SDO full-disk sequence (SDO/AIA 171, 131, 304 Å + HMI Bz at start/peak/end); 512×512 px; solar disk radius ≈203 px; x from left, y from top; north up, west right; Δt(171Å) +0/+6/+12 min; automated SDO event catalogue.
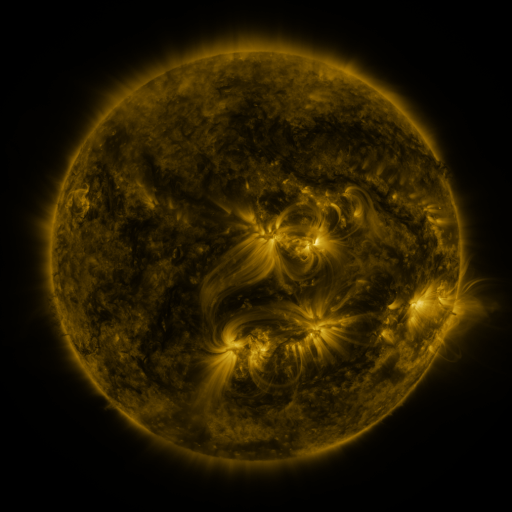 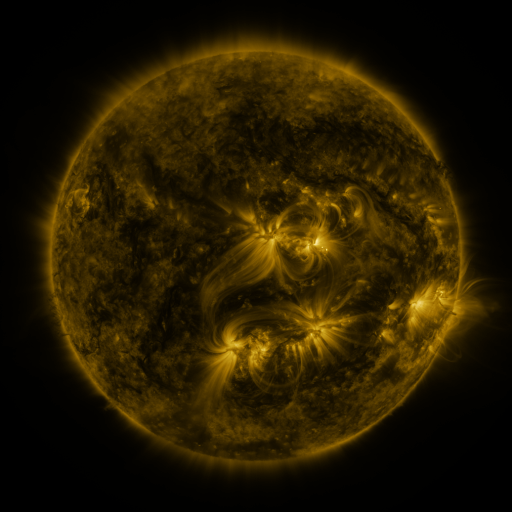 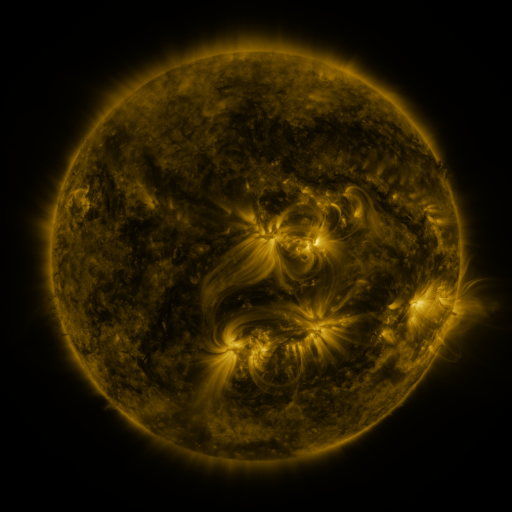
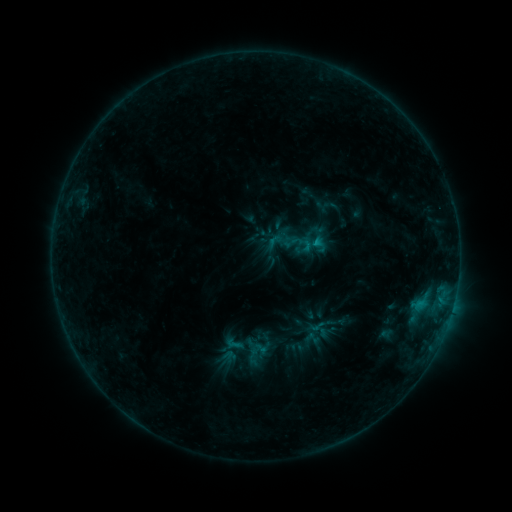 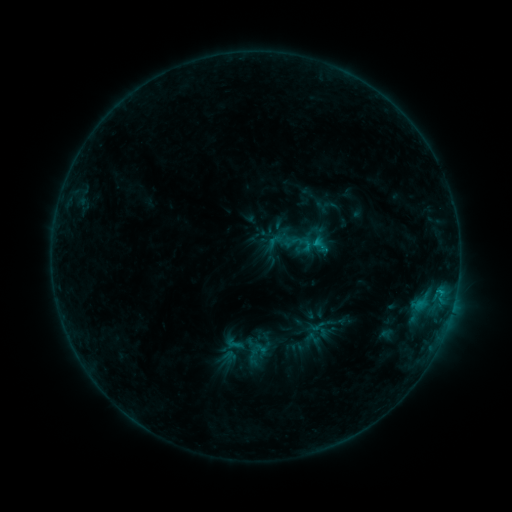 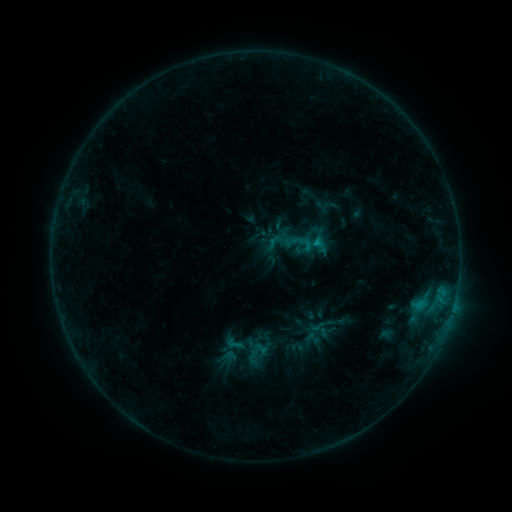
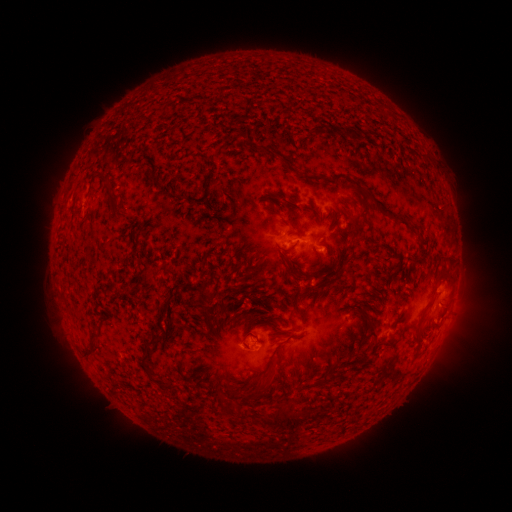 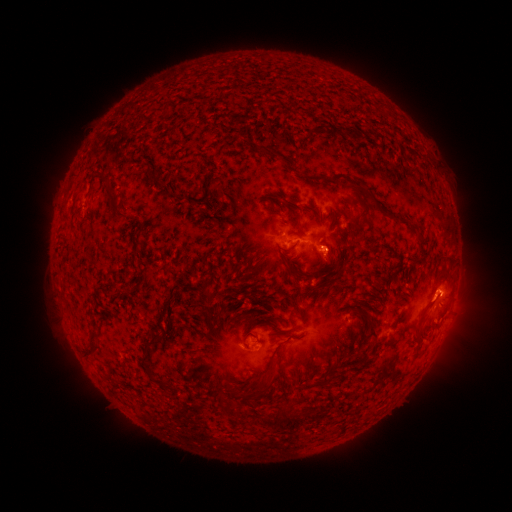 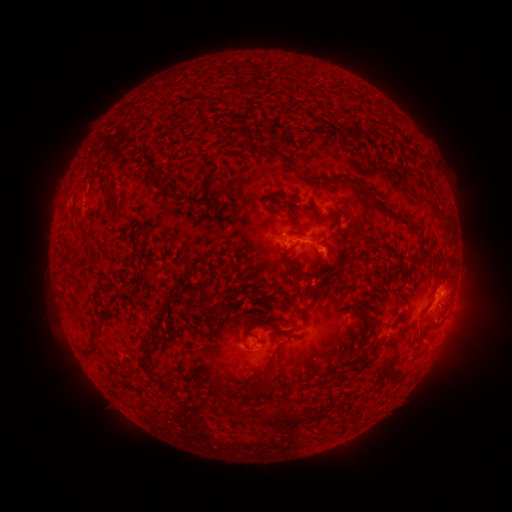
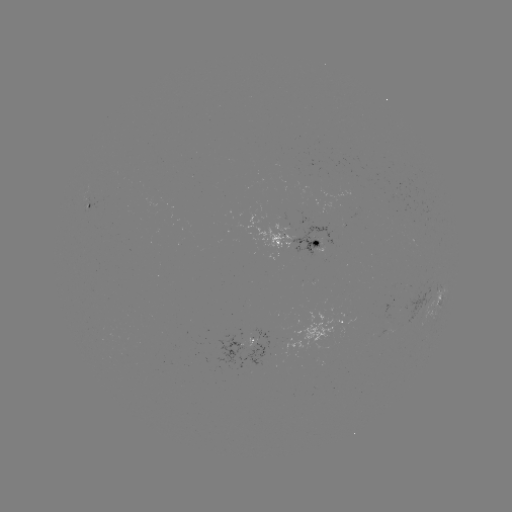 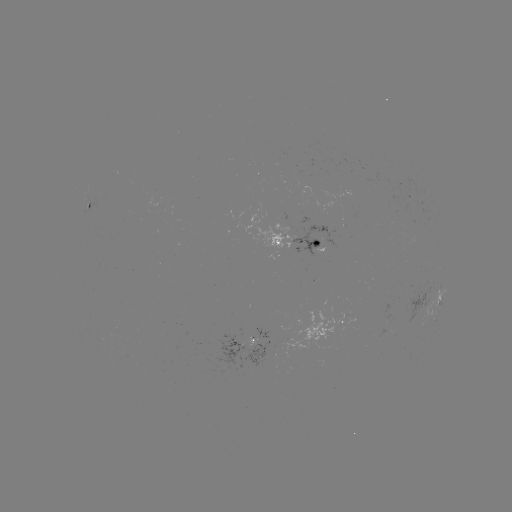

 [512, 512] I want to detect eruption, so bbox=[409, 277, 459, 327].